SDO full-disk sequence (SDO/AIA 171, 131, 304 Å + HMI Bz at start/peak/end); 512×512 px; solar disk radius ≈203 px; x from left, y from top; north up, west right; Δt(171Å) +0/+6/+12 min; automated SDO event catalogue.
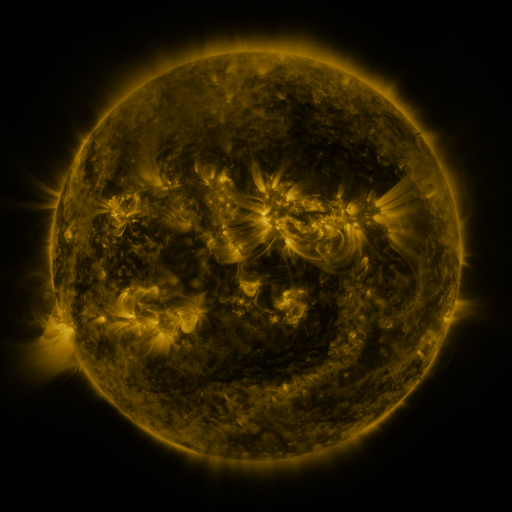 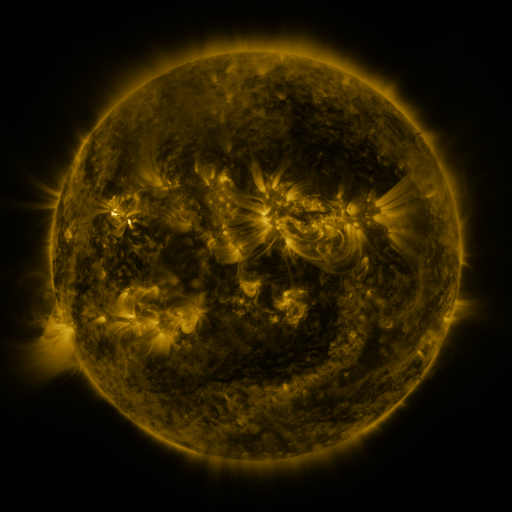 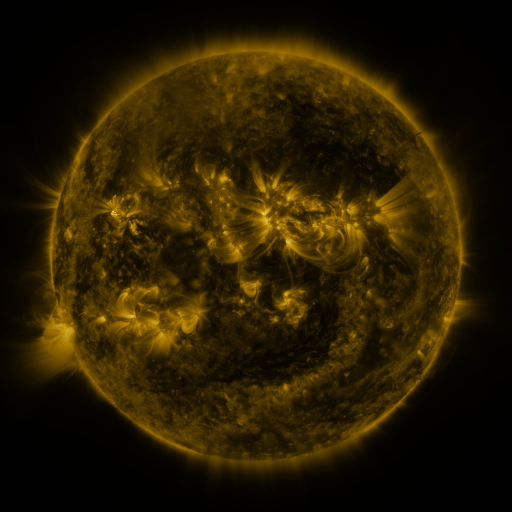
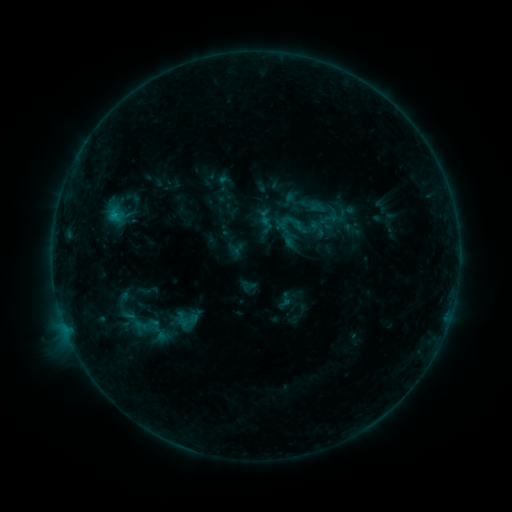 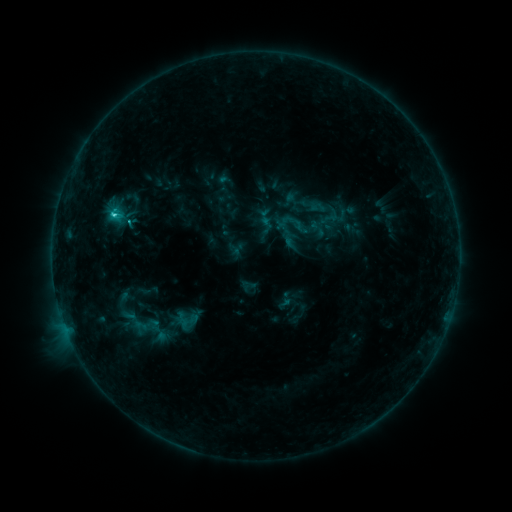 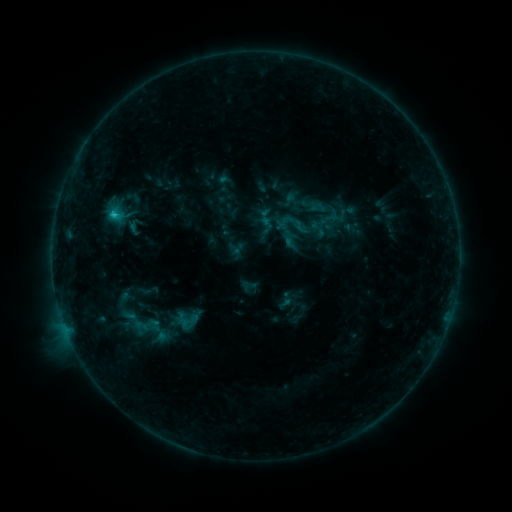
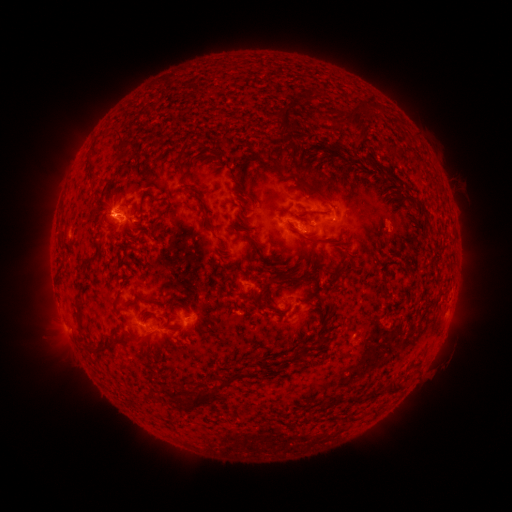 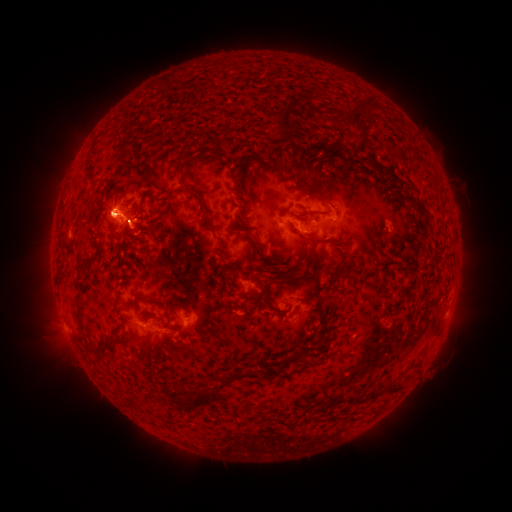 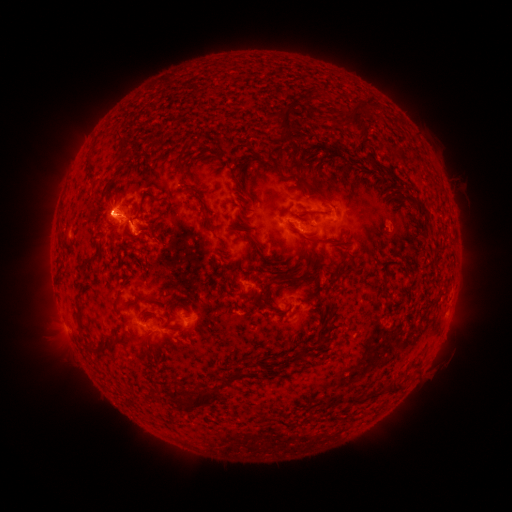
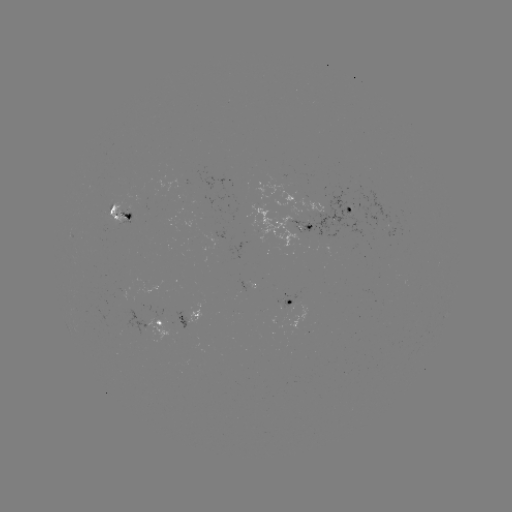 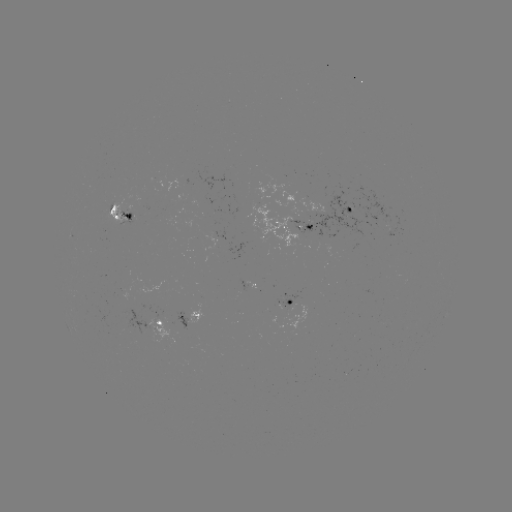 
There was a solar flare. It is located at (115, 218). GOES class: C1.4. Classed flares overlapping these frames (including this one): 1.